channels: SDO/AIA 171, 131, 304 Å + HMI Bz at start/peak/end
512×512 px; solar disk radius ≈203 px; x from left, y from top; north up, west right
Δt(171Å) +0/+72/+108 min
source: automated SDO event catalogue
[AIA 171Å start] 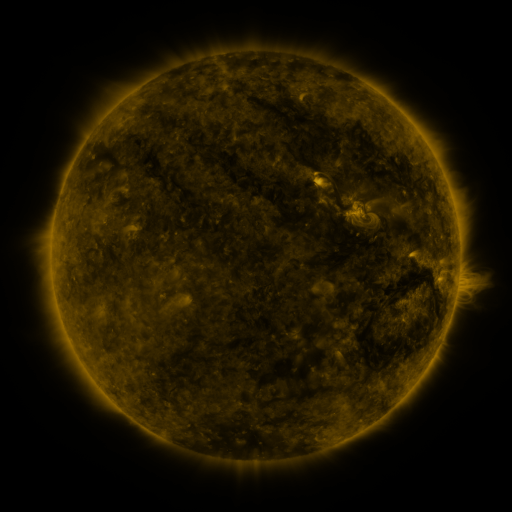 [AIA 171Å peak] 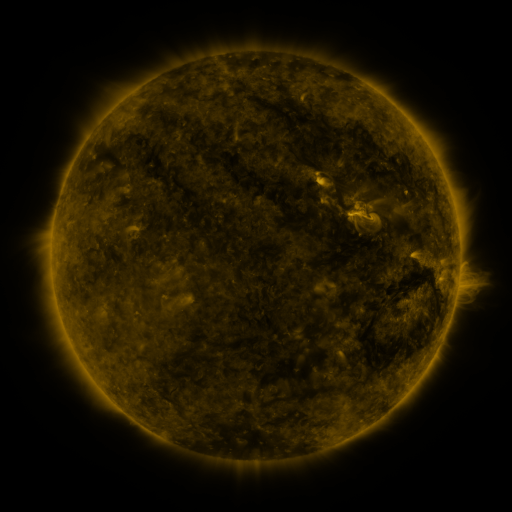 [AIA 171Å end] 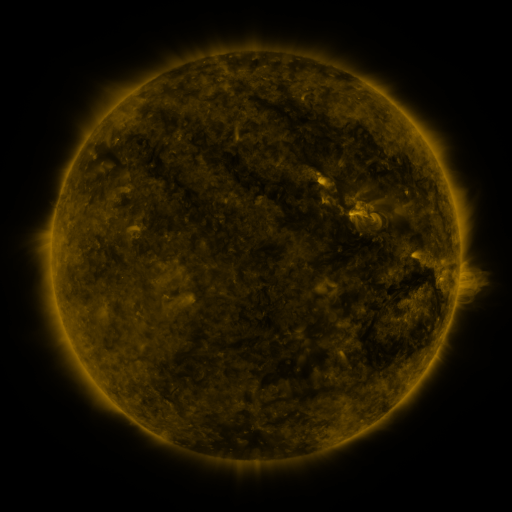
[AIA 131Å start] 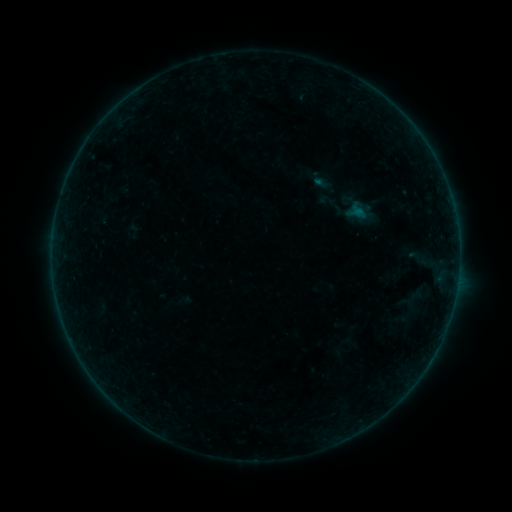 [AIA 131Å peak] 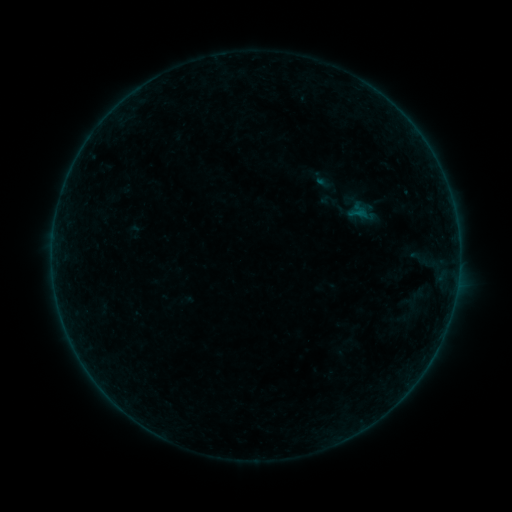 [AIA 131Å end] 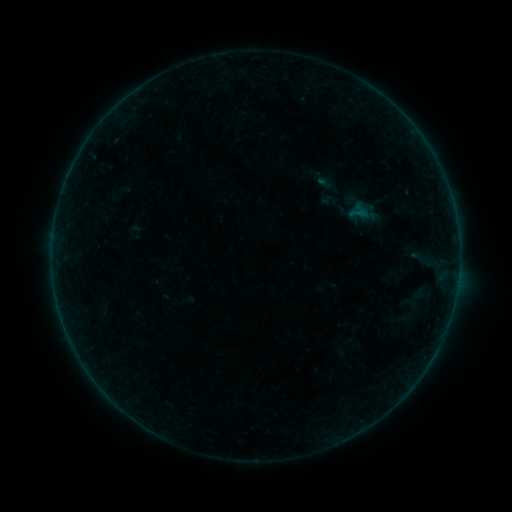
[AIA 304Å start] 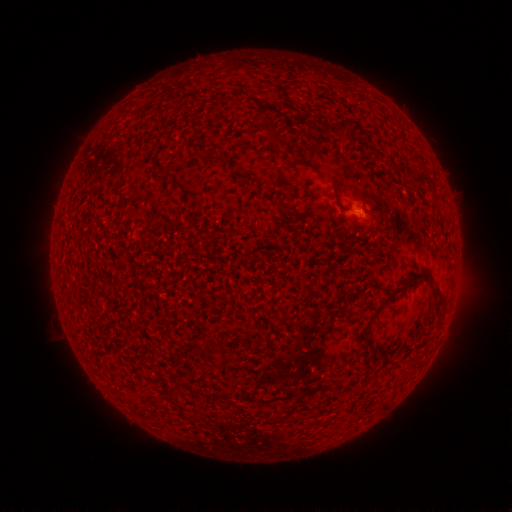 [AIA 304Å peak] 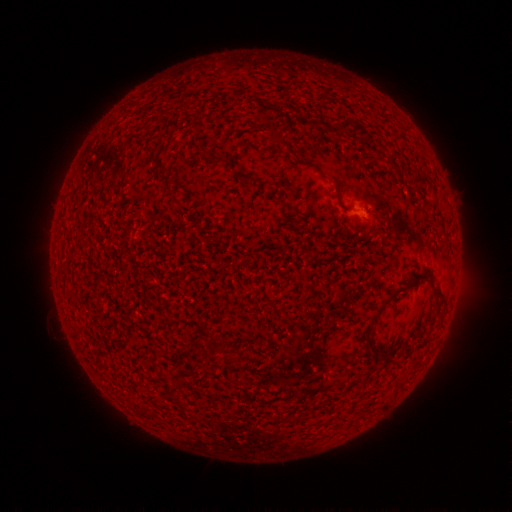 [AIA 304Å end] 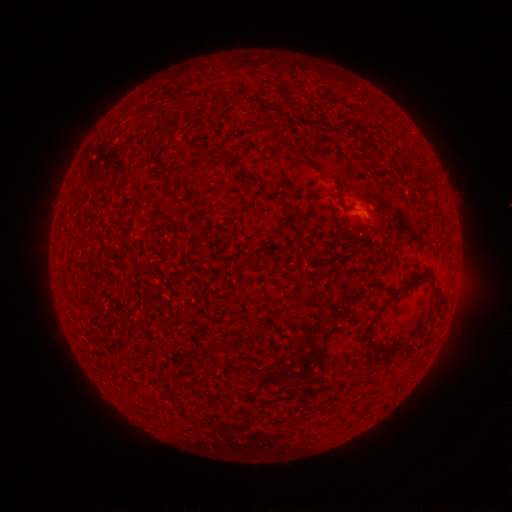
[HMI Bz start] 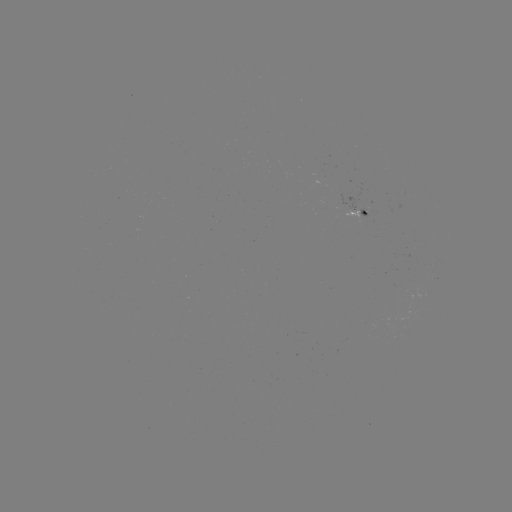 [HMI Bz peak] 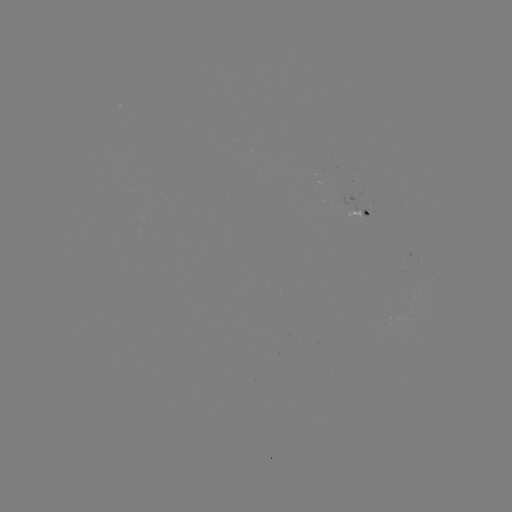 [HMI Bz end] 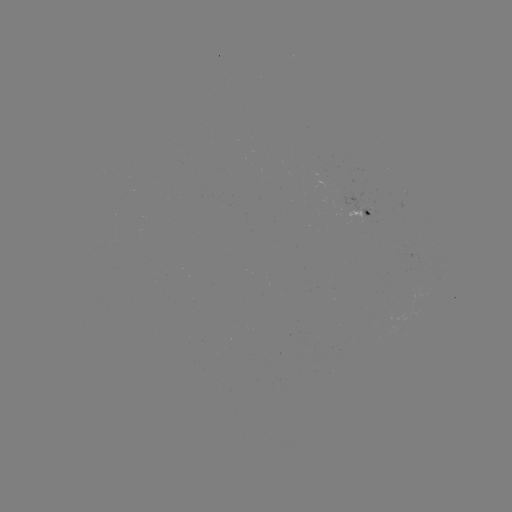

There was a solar emerging-flux region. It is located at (367, 205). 